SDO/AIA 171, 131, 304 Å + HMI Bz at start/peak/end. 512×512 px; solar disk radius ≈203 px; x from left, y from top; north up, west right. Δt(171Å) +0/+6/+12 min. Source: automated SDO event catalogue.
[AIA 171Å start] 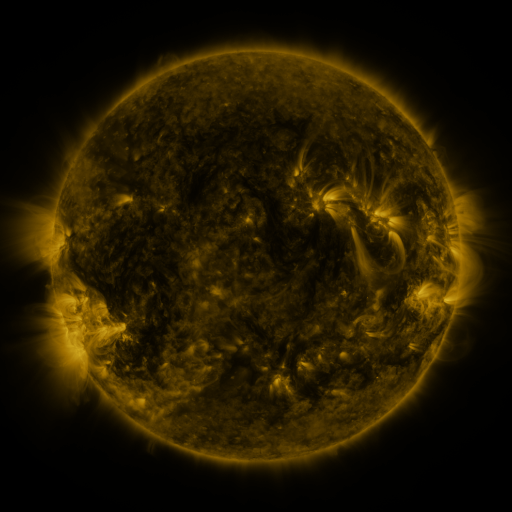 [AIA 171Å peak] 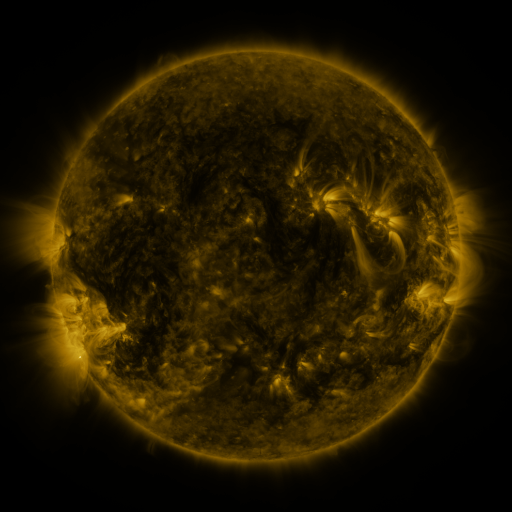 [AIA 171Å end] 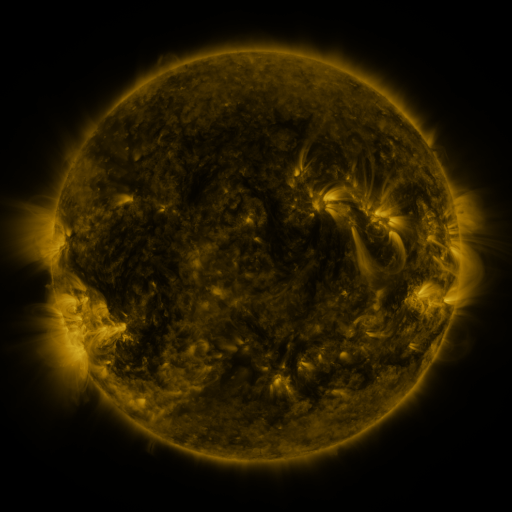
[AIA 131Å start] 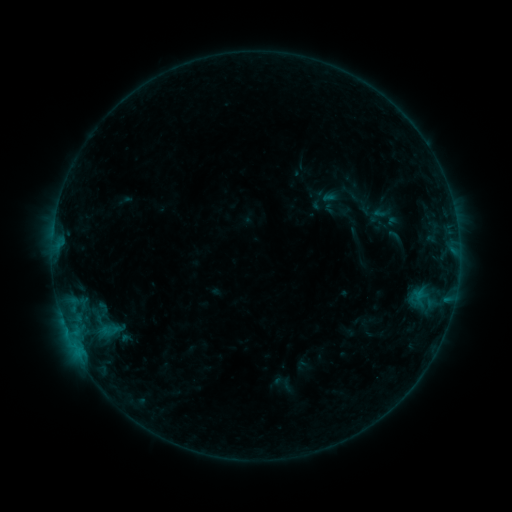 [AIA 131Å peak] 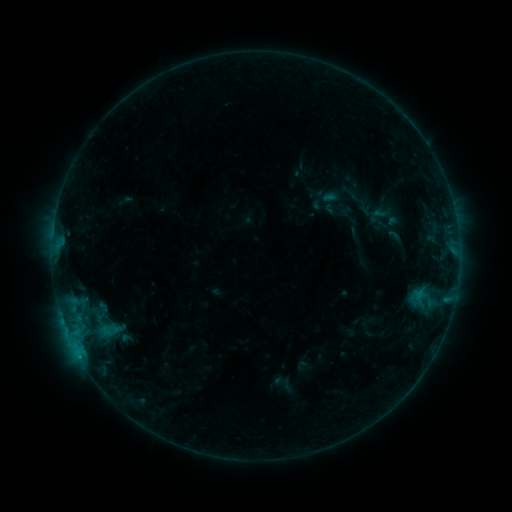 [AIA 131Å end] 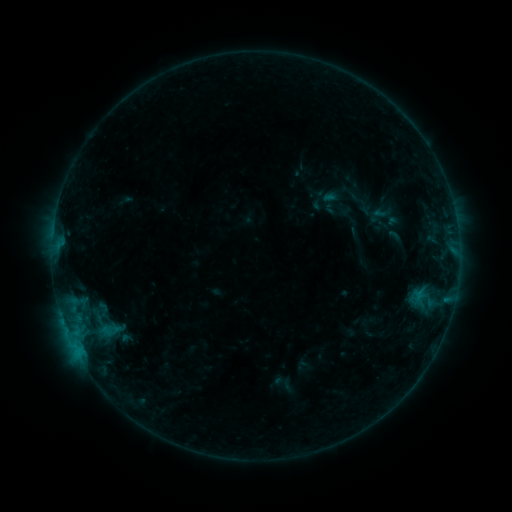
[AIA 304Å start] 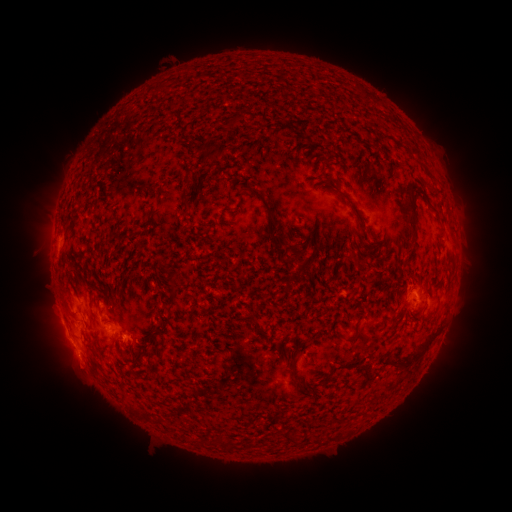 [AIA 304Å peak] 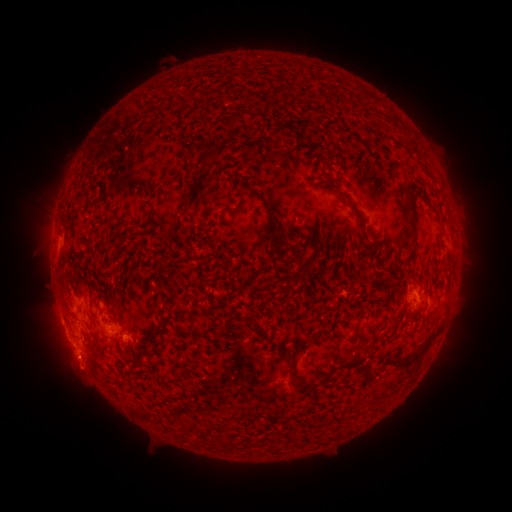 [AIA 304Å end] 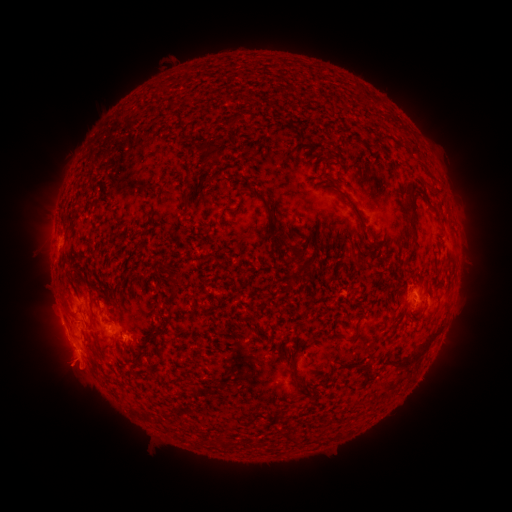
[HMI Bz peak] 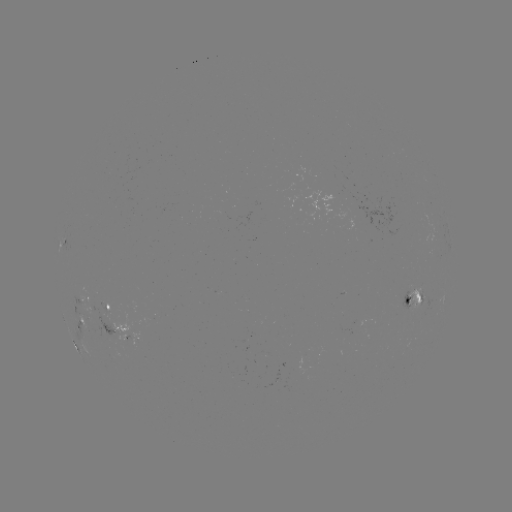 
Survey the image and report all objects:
eruption: (76, 369)
